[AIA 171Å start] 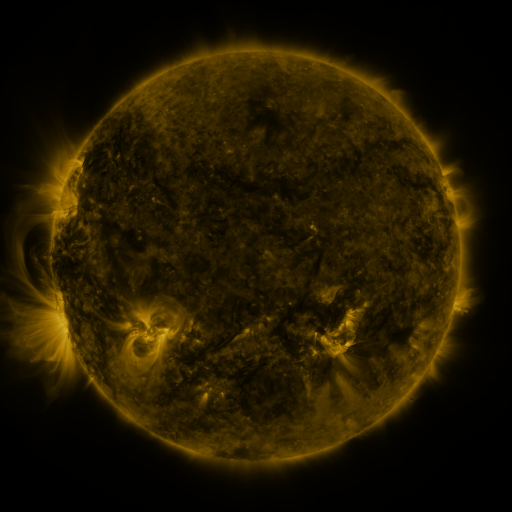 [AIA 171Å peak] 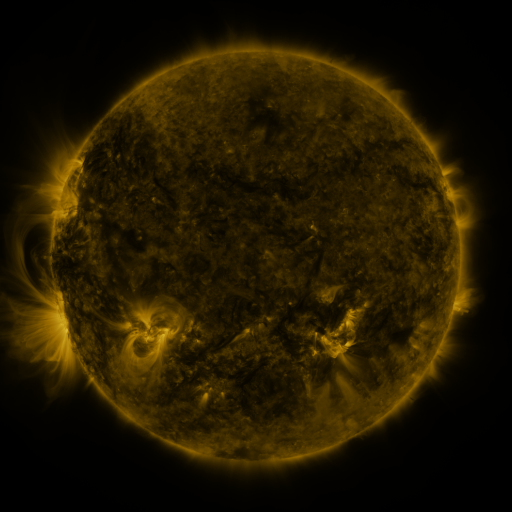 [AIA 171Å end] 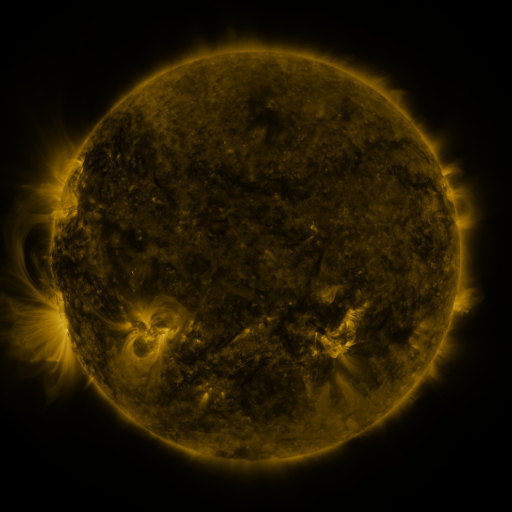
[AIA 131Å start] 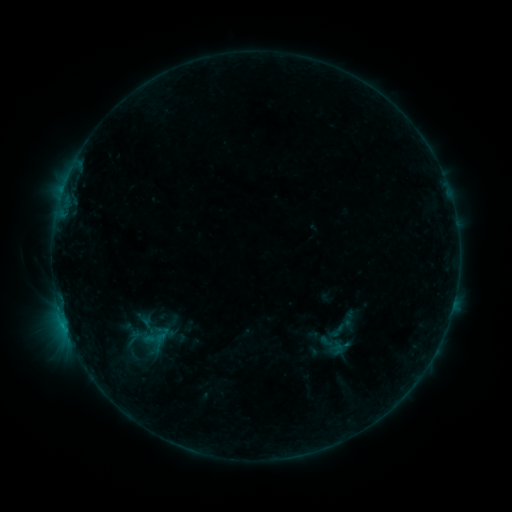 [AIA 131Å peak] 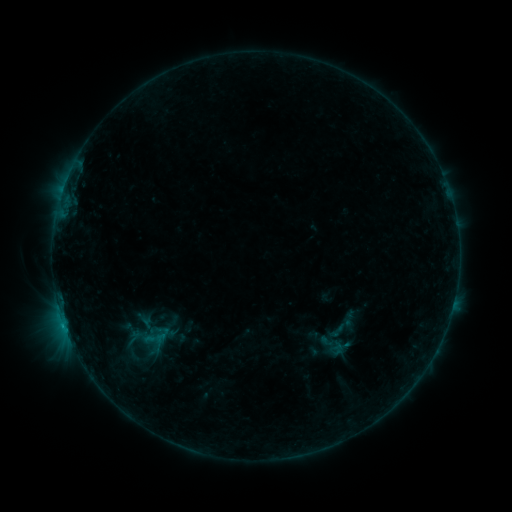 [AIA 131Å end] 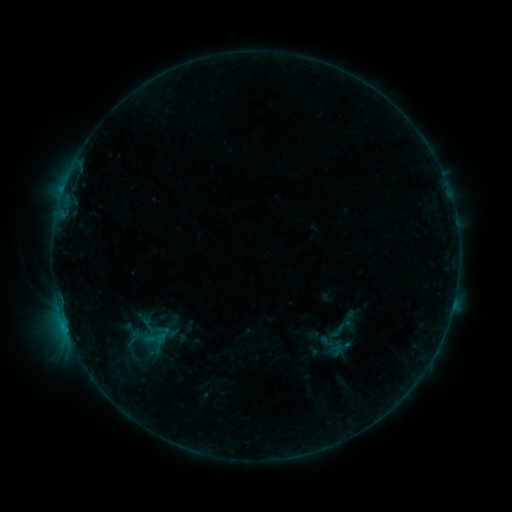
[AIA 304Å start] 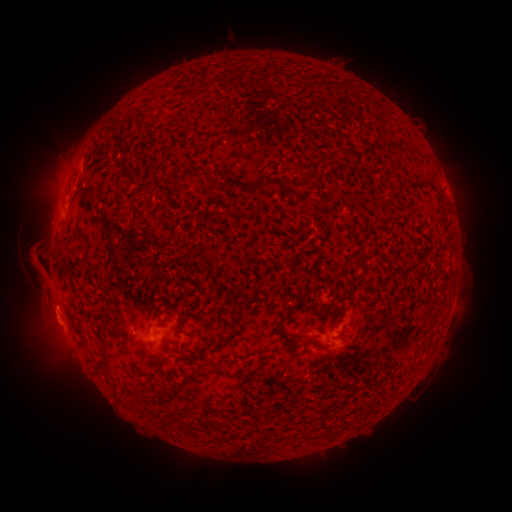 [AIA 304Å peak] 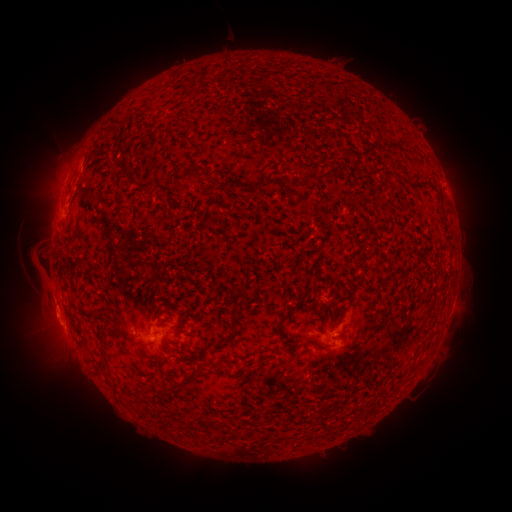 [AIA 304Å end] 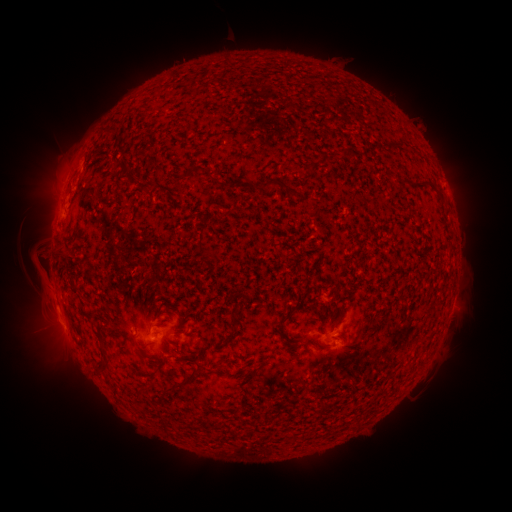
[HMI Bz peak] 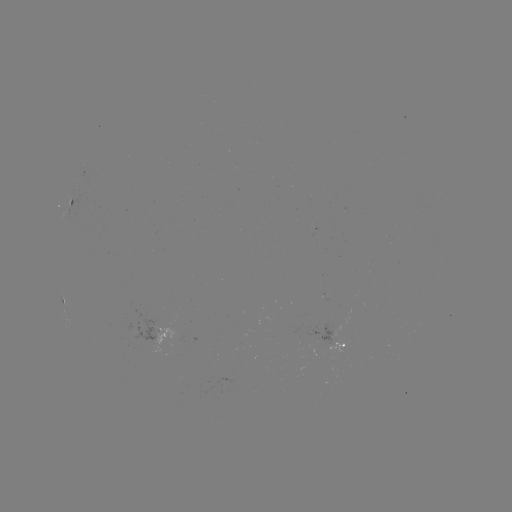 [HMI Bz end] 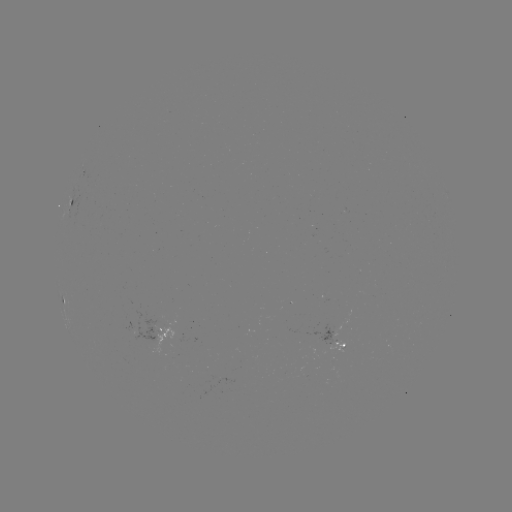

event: eruption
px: (51, 316)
